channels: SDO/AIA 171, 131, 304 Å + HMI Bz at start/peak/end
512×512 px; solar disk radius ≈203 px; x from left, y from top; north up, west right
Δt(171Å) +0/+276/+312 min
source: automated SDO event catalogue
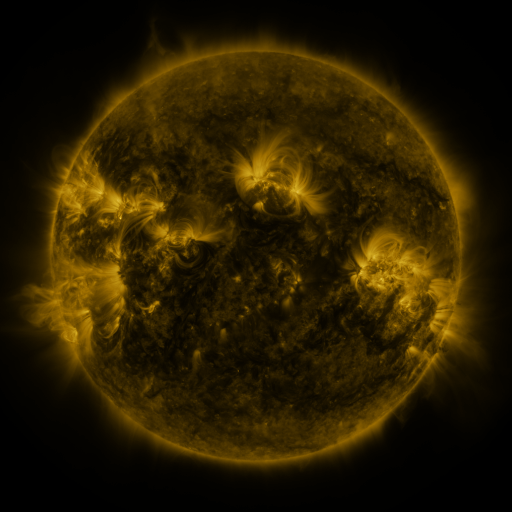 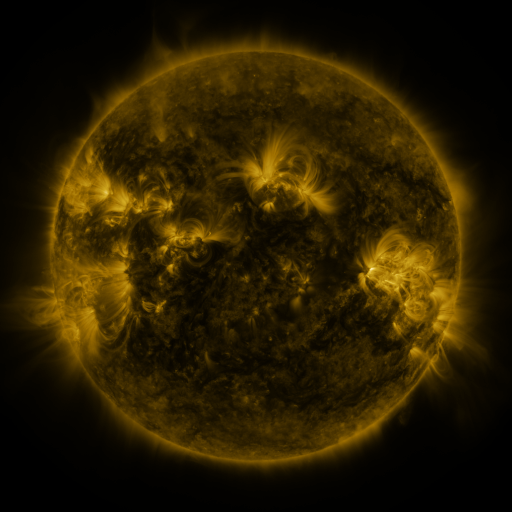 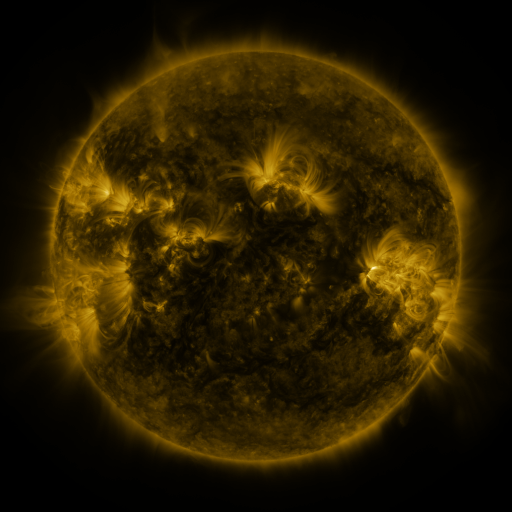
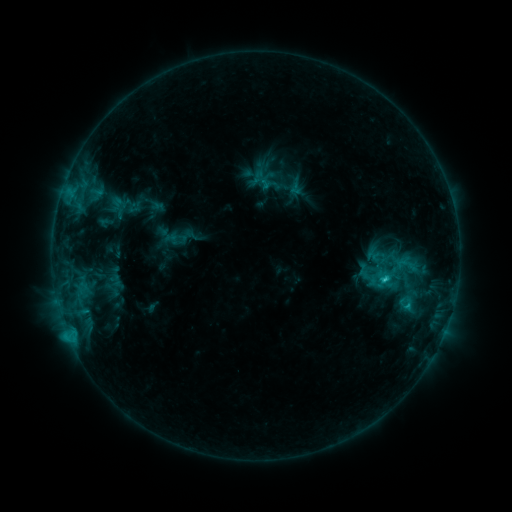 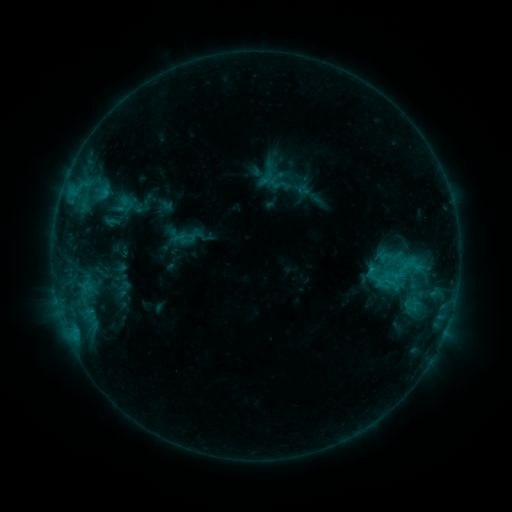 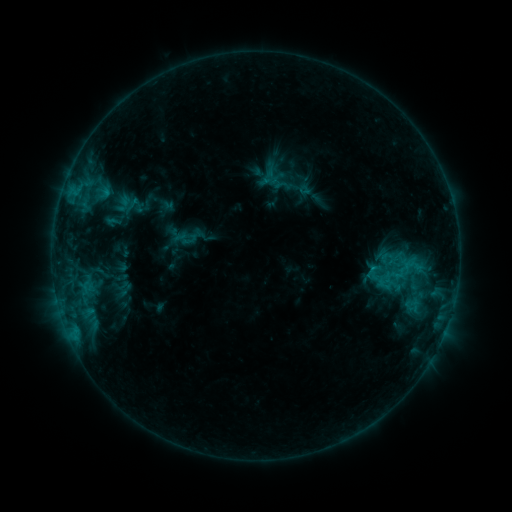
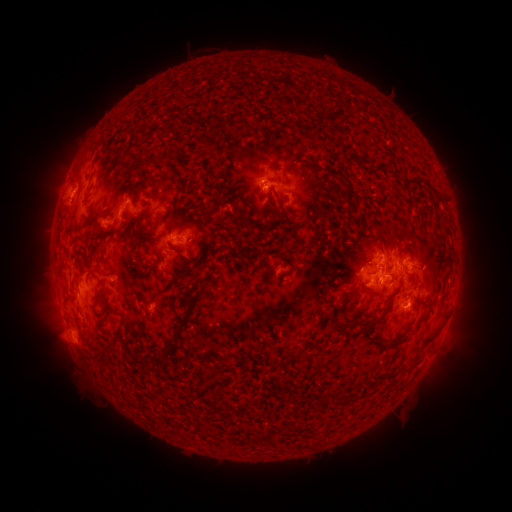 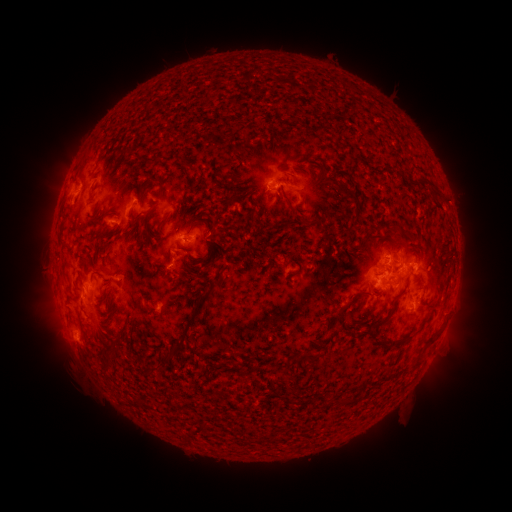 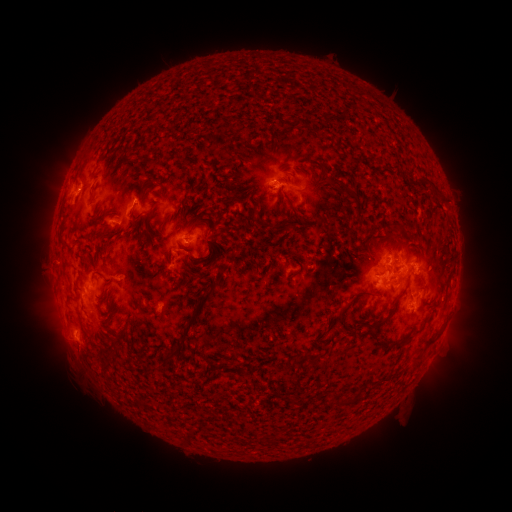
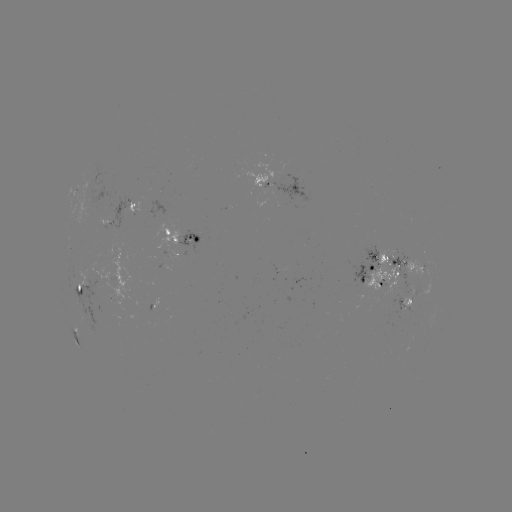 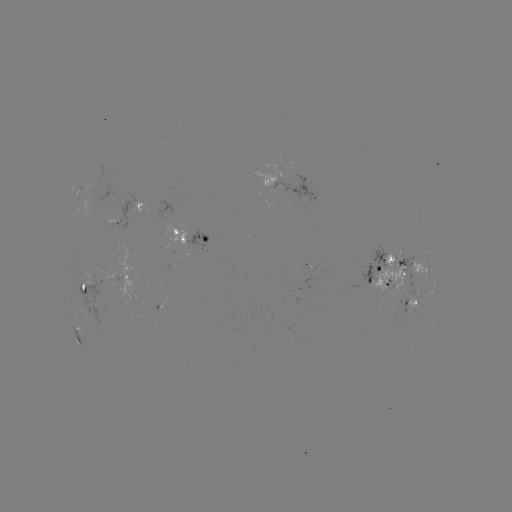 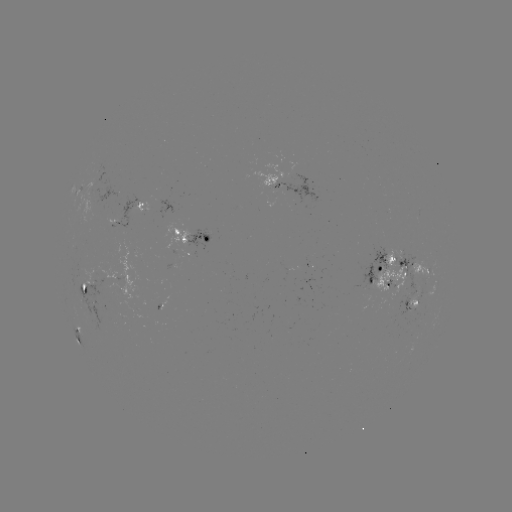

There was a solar emerging-flux region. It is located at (389, 278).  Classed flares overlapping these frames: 1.